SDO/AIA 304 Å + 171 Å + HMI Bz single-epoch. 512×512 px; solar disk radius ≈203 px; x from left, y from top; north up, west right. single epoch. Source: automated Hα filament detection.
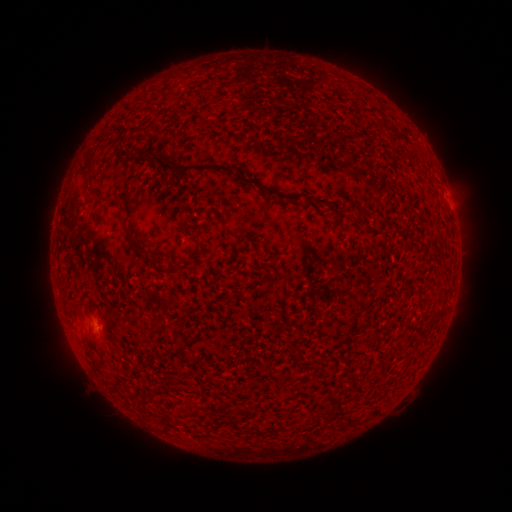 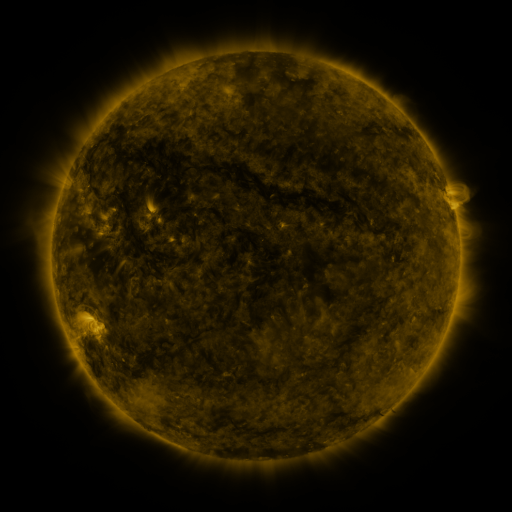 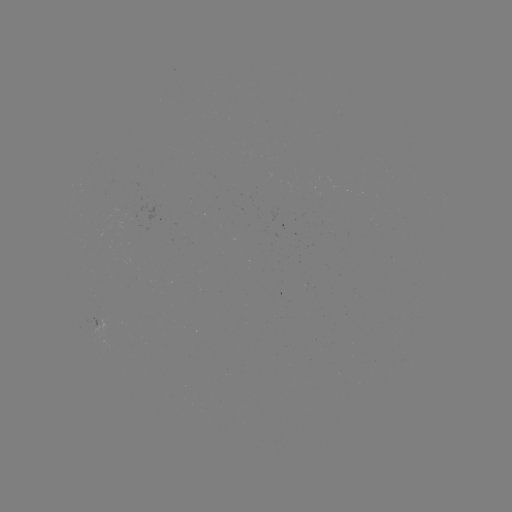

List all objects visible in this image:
filament: (133, 151)
filament: (90, 159)
filament: (159, 160)
filament: (204, 167)
filament: (84, 168)
filament: (259, 185)
filament: (289, 199)
filament: (318, 203)
filament: (165, 211)
filament: (157, 268)
filament: (440, 314)
filament: (84, 337)
filament: (232, 423)
